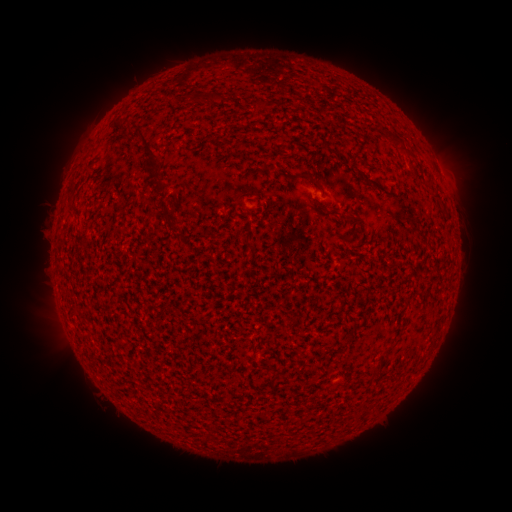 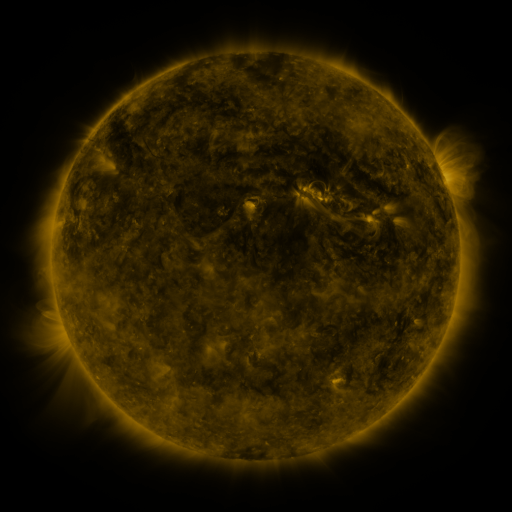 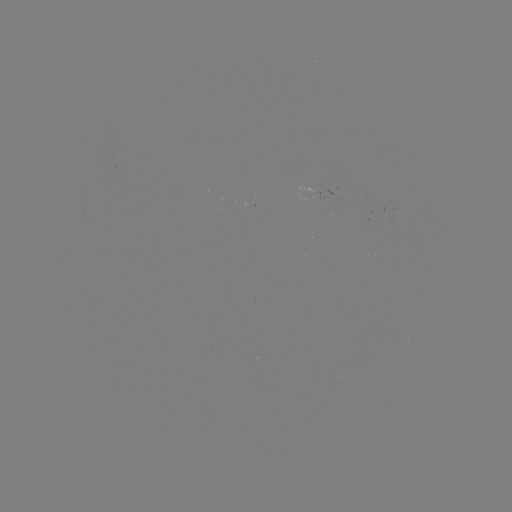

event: spotted active region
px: (314, 200)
